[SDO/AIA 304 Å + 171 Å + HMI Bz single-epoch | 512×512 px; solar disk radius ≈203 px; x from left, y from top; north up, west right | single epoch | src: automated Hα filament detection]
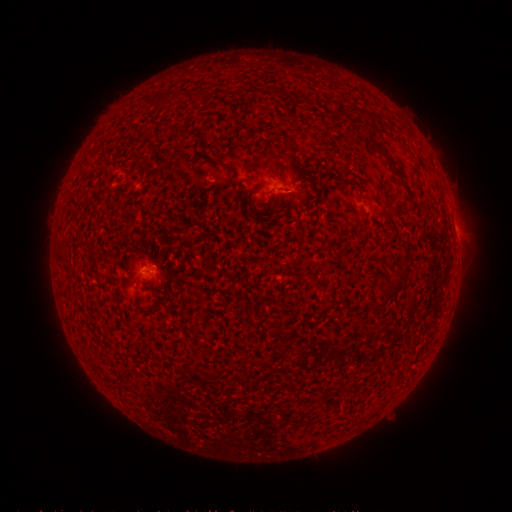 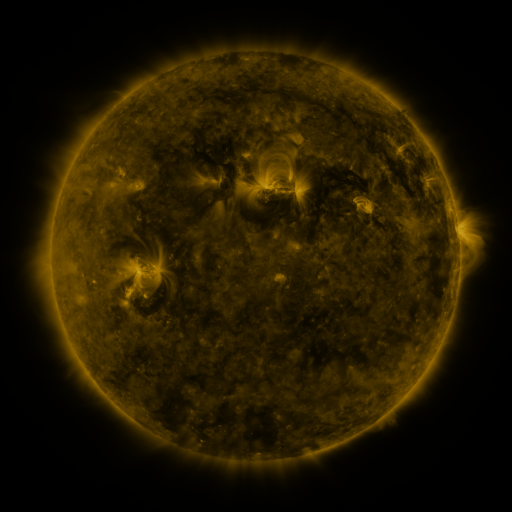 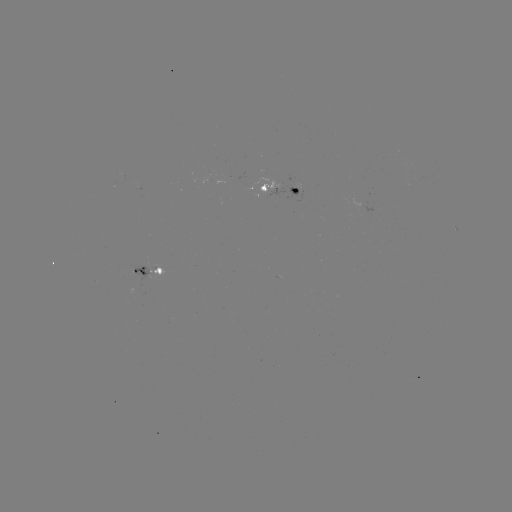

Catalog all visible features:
filament: (184, 139)
filament: (385, 153)
filament: (227, 174)
filament: (263, 188)
filament: (159, 271)
filament: (395, 287)
filament: (378, 306)
